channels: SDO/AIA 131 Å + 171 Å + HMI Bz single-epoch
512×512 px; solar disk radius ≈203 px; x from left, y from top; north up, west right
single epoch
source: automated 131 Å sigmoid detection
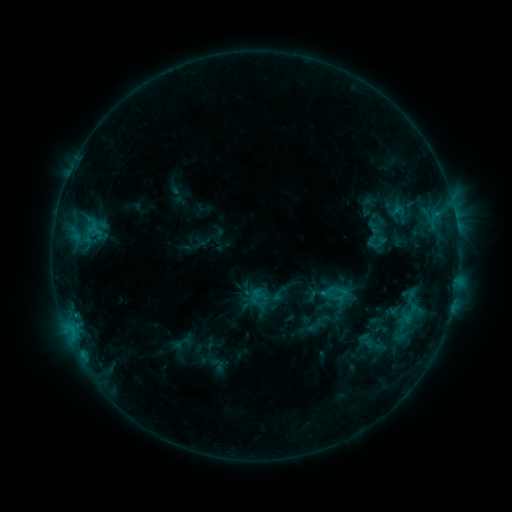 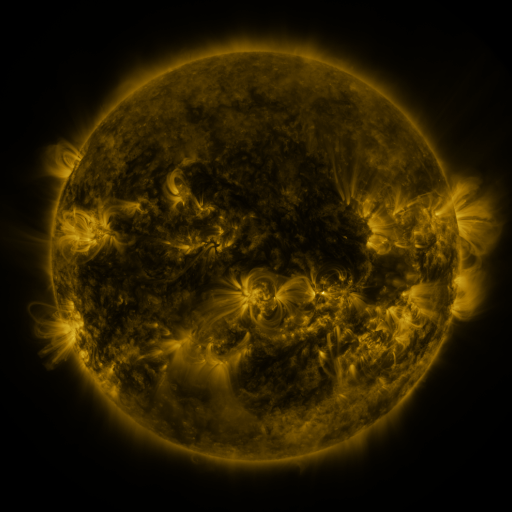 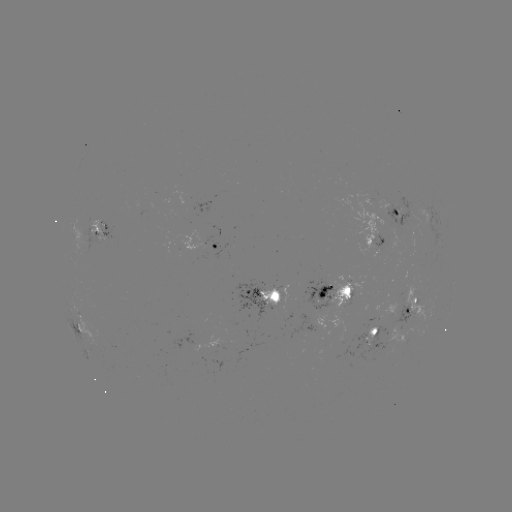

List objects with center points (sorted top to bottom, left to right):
sigmoid: (399, 211)
